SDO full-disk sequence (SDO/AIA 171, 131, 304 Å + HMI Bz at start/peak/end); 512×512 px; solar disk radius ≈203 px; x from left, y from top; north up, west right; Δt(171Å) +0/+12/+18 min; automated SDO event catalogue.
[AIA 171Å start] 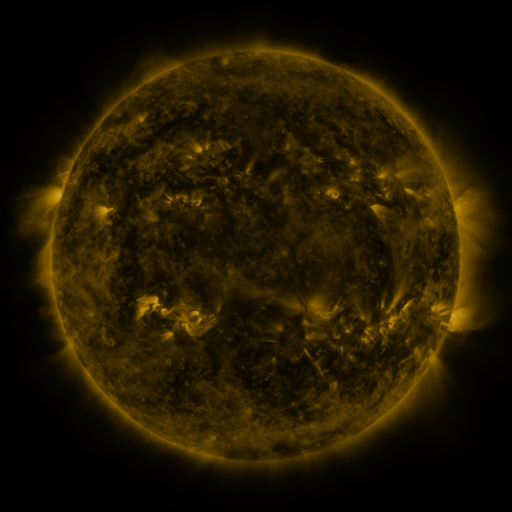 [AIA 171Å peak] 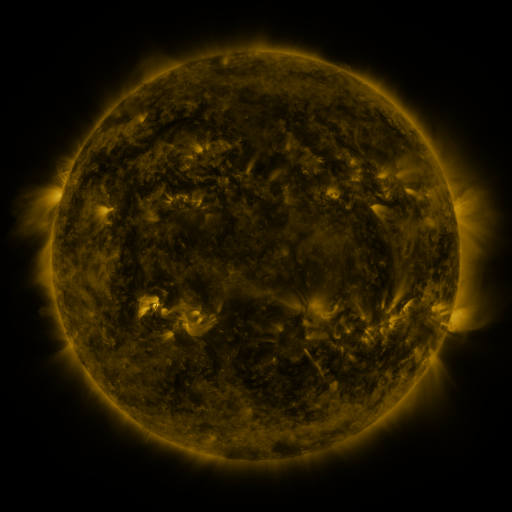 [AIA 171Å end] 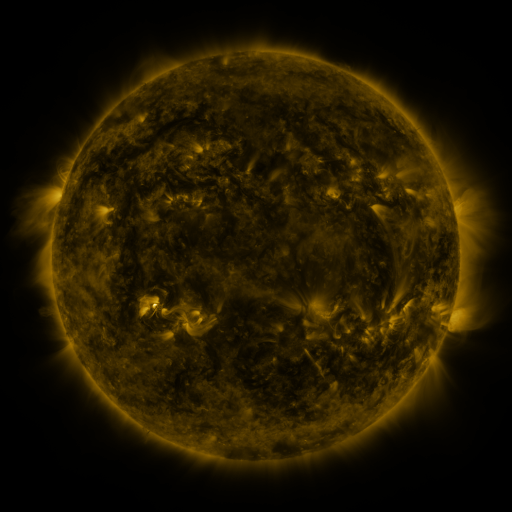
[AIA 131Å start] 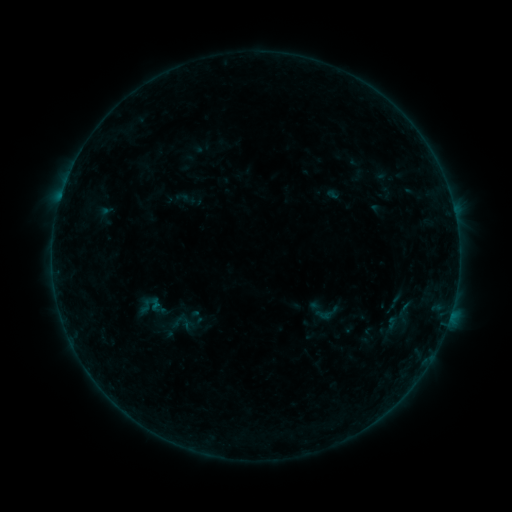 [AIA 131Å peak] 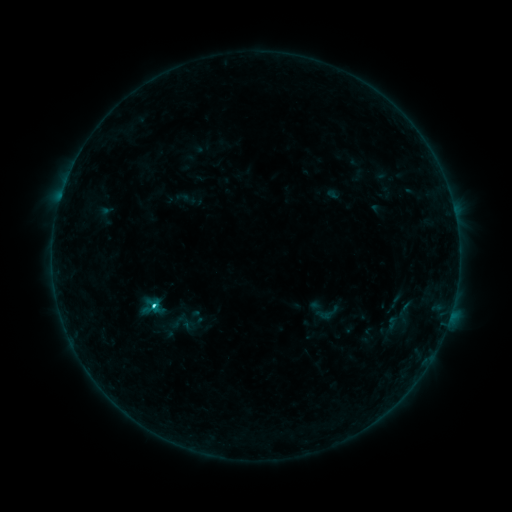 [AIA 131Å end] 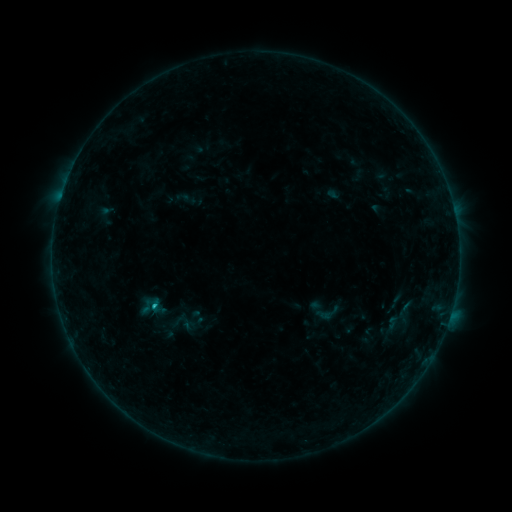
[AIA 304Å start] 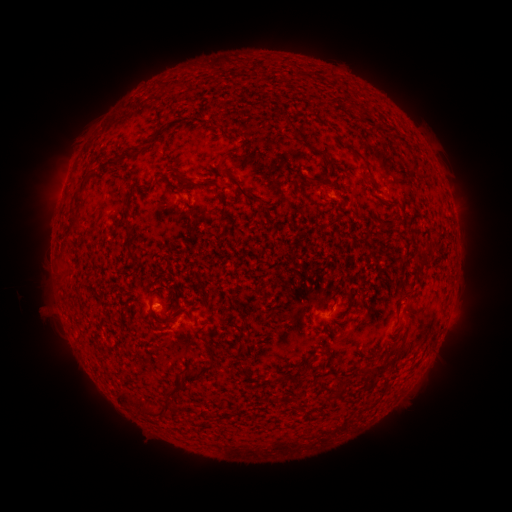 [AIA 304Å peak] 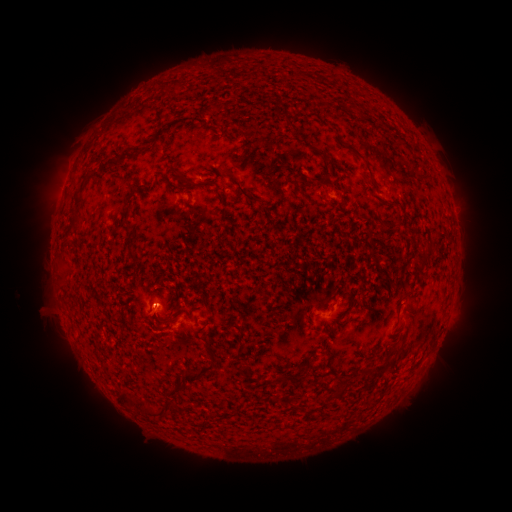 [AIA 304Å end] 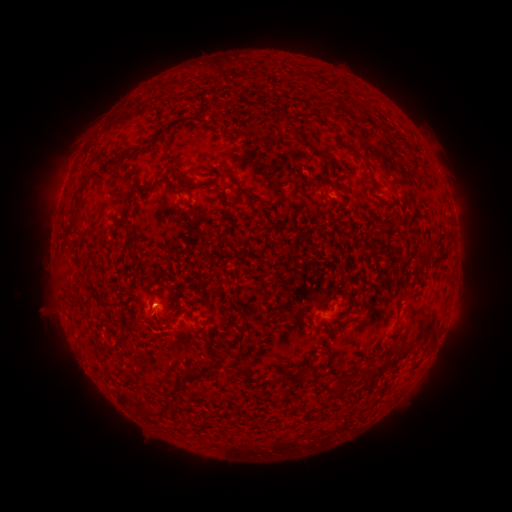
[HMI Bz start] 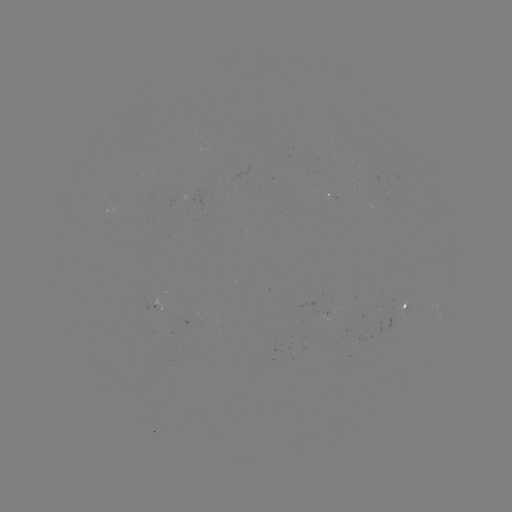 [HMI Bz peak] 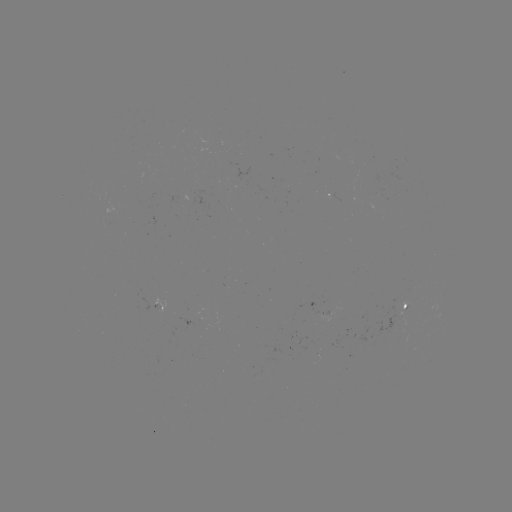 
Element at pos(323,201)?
C1.4 flare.